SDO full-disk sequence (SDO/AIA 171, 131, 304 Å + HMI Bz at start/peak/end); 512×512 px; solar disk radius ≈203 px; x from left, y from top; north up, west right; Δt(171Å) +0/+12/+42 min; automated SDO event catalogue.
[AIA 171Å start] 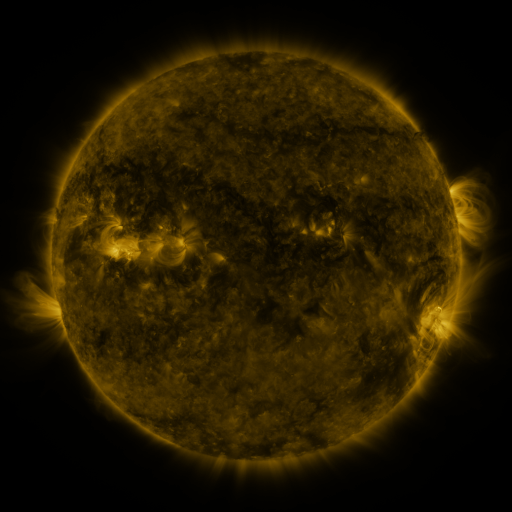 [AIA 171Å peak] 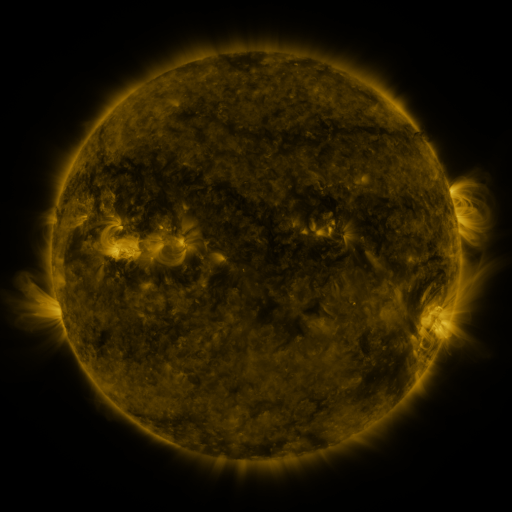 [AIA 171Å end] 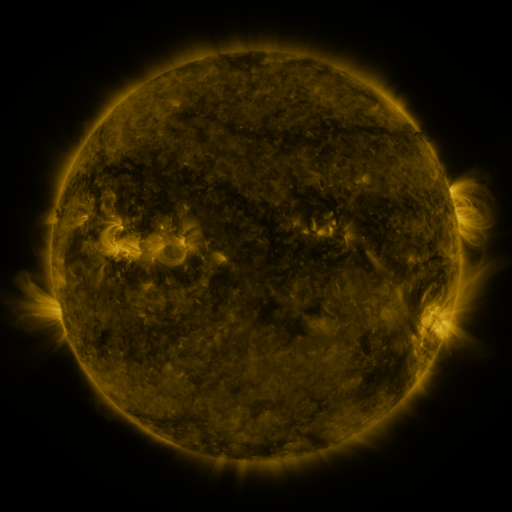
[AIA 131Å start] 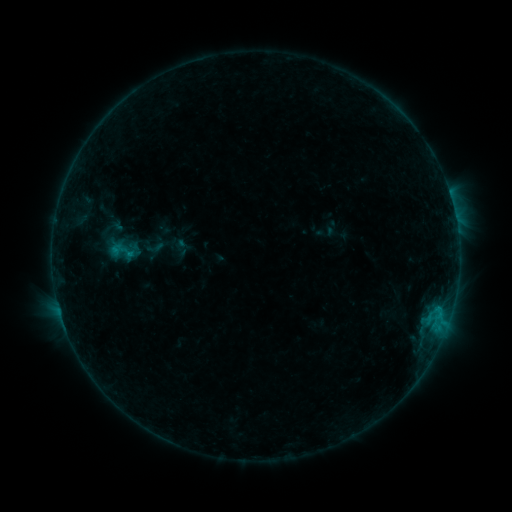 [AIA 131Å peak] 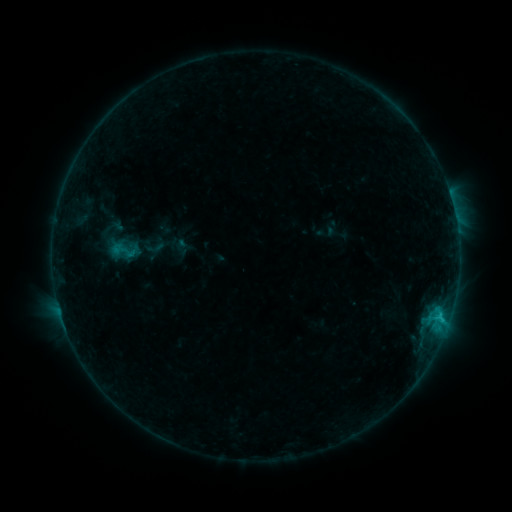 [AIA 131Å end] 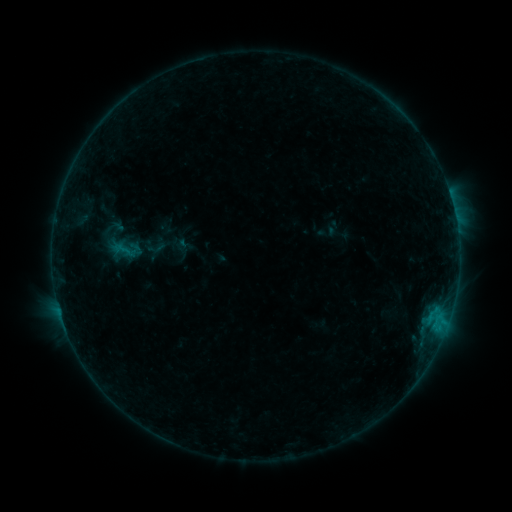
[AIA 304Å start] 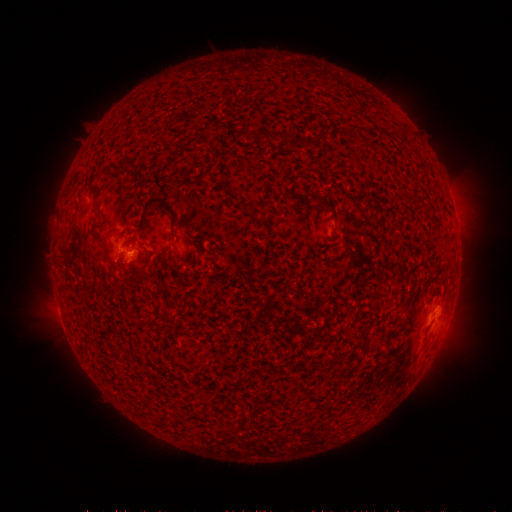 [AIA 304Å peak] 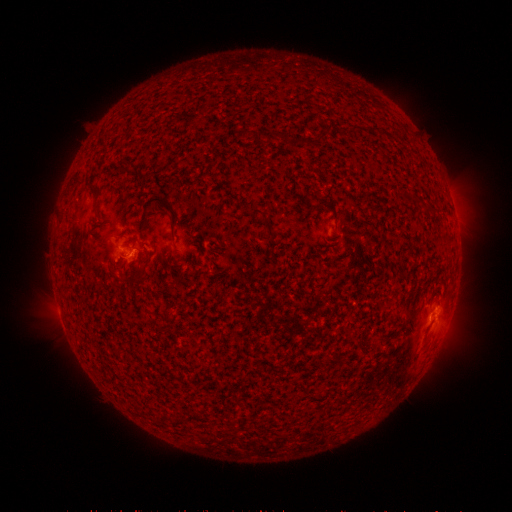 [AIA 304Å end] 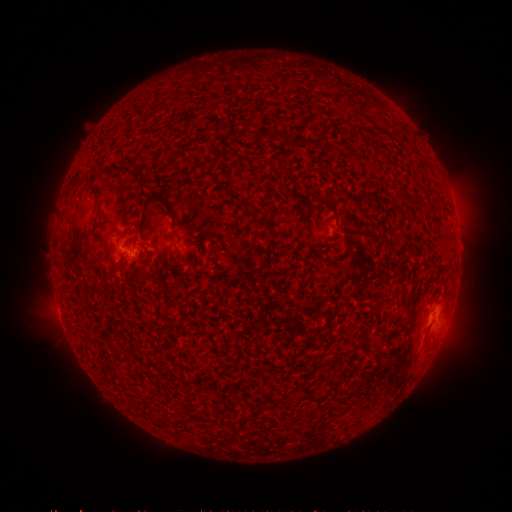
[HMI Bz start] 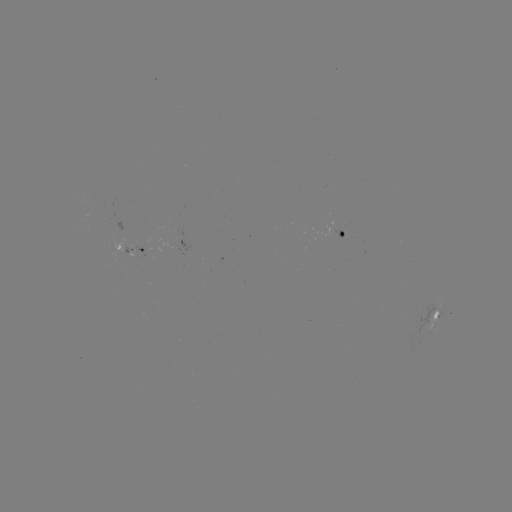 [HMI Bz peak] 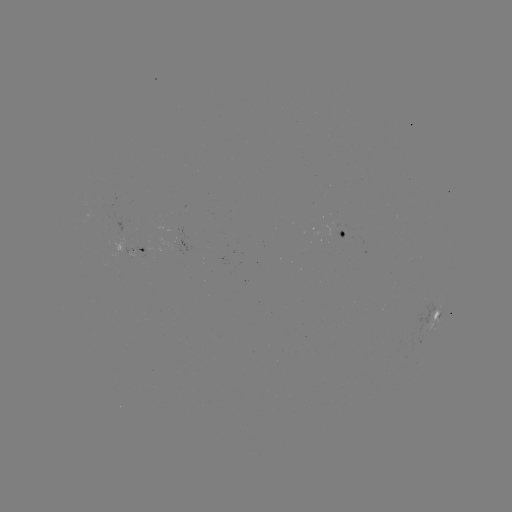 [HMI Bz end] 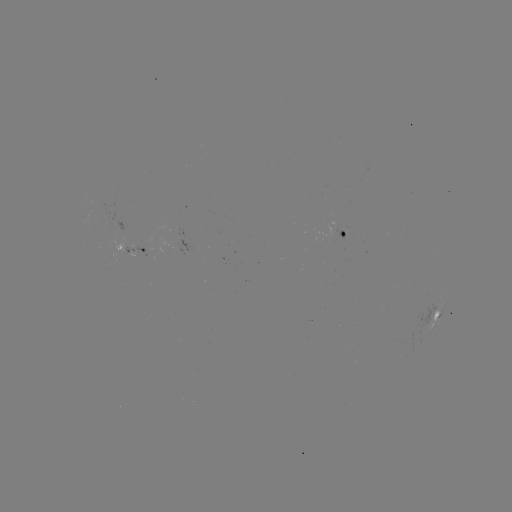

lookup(B8.4 flare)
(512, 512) (439, 318)